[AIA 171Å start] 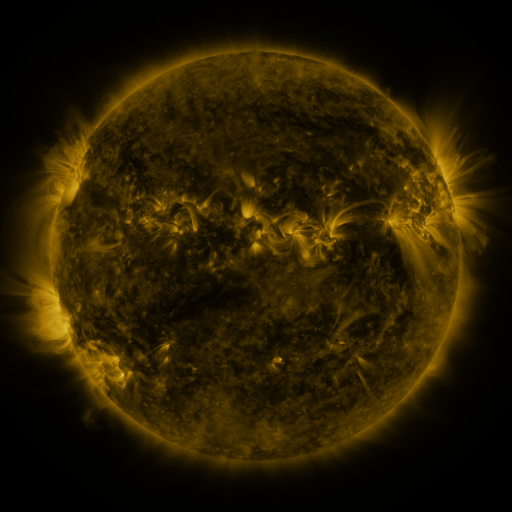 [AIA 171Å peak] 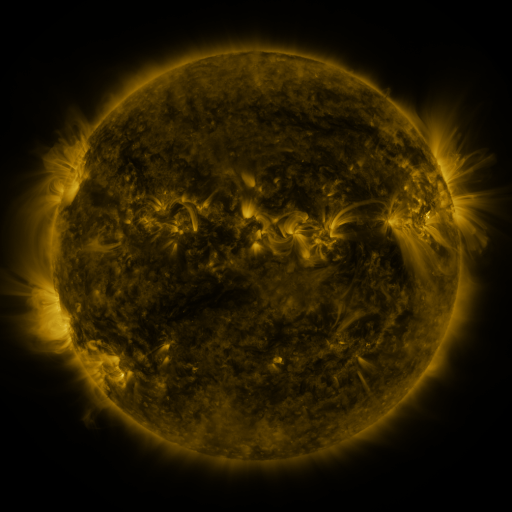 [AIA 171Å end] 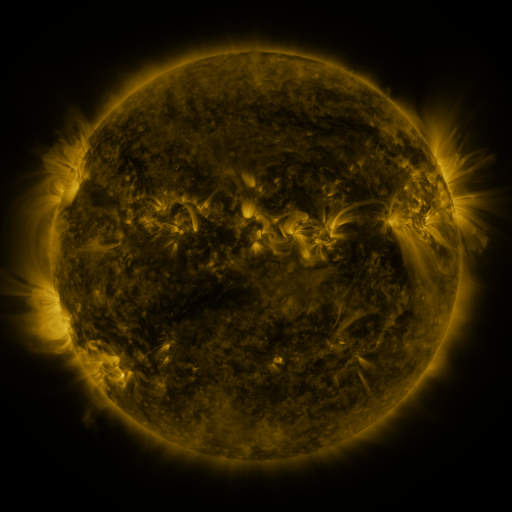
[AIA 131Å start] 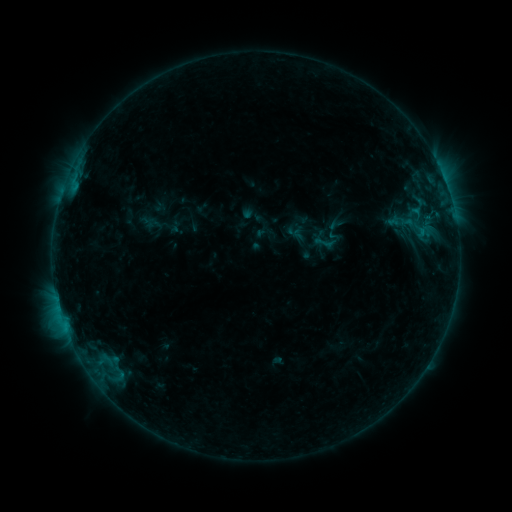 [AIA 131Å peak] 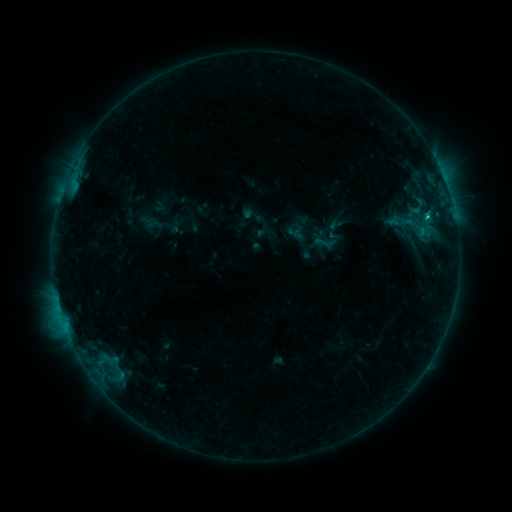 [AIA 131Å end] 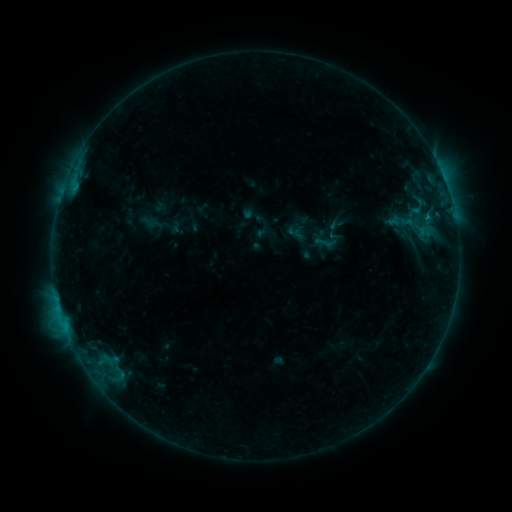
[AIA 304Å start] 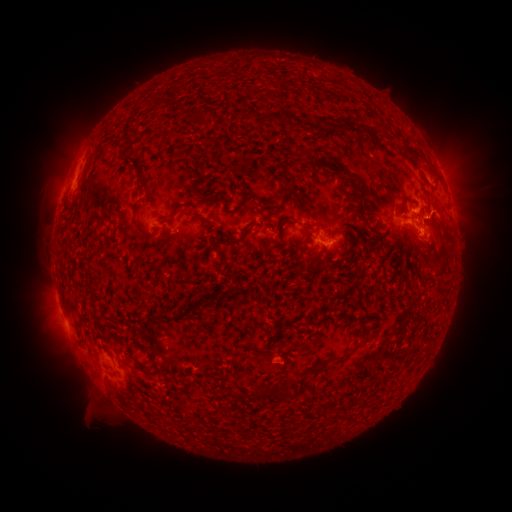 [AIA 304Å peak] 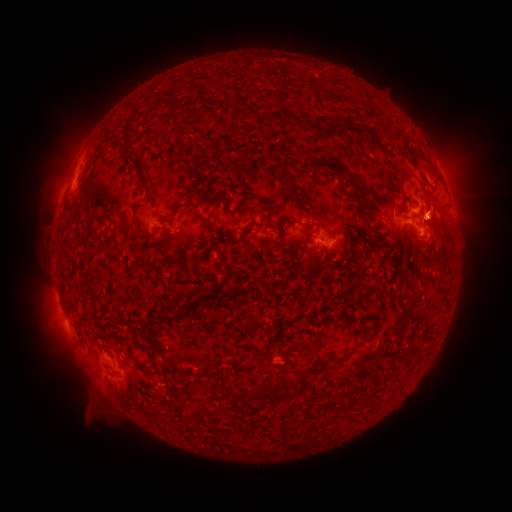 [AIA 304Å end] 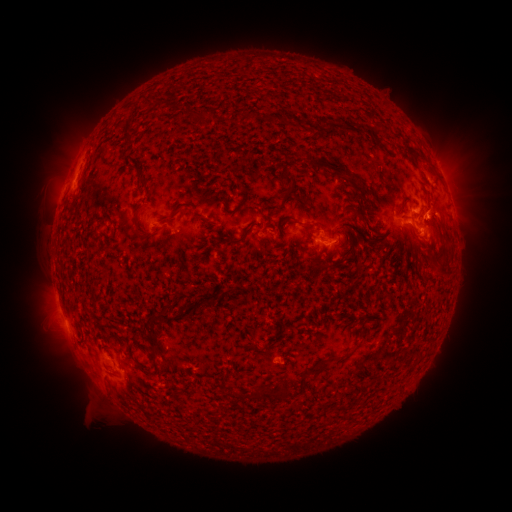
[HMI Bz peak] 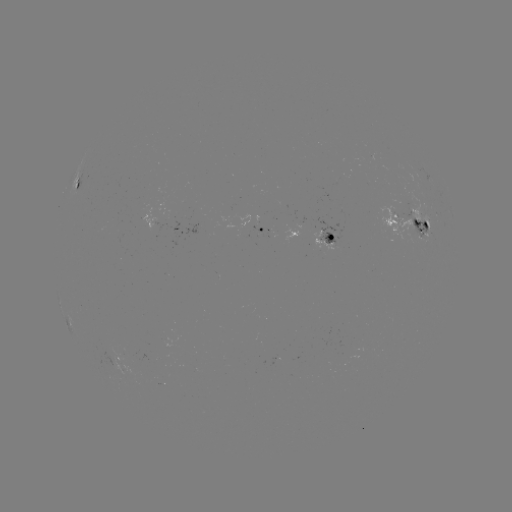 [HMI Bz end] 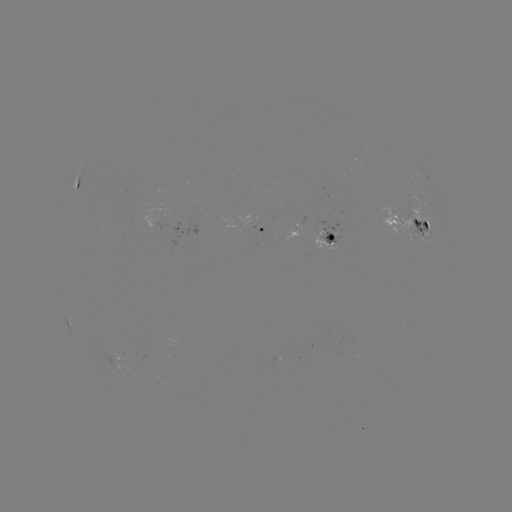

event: flare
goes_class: B9.8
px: (427, 218)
